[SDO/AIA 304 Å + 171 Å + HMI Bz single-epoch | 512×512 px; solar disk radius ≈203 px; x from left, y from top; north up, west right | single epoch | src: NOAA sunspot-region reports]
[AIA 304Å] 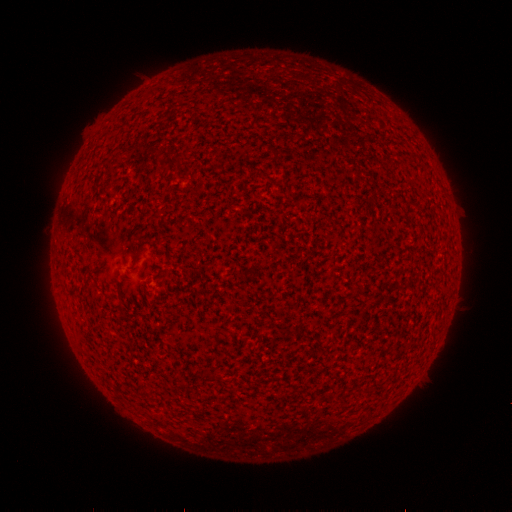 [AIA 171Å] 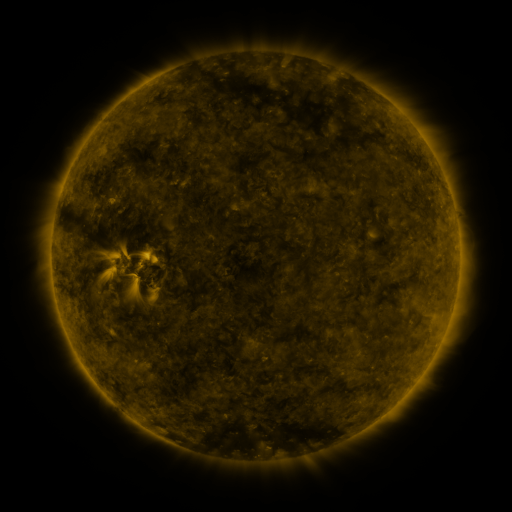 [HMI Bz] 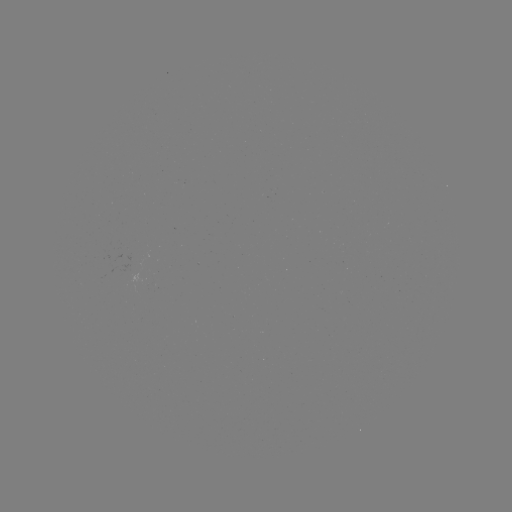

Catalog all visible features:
(none)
